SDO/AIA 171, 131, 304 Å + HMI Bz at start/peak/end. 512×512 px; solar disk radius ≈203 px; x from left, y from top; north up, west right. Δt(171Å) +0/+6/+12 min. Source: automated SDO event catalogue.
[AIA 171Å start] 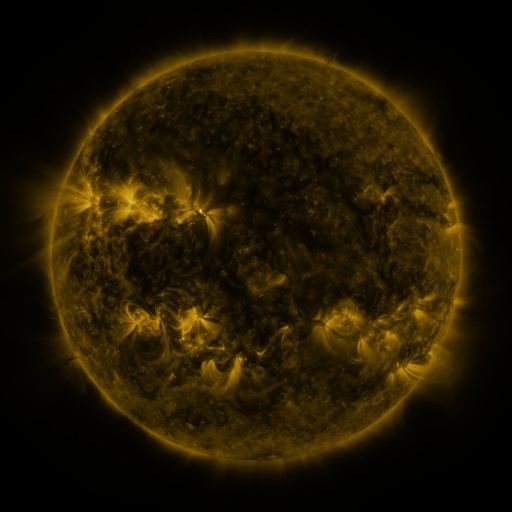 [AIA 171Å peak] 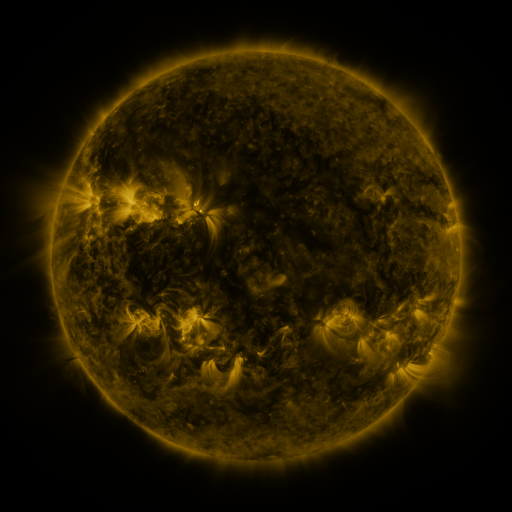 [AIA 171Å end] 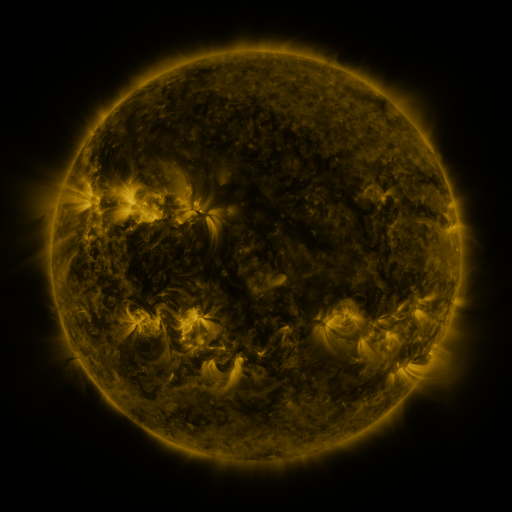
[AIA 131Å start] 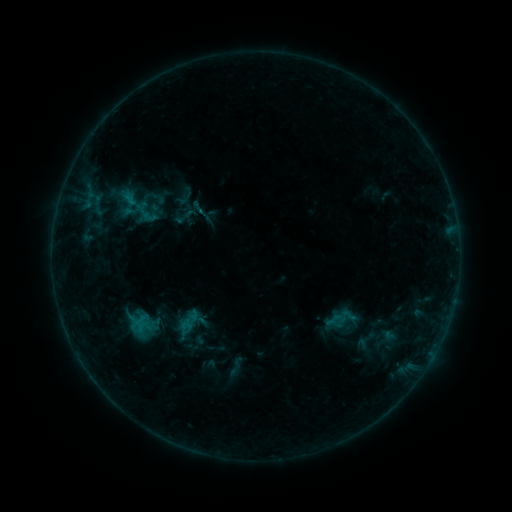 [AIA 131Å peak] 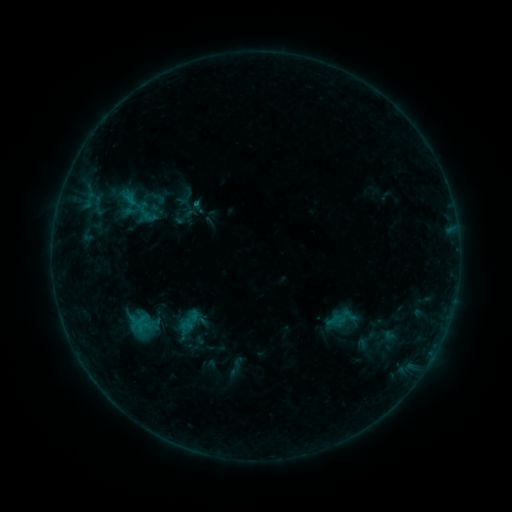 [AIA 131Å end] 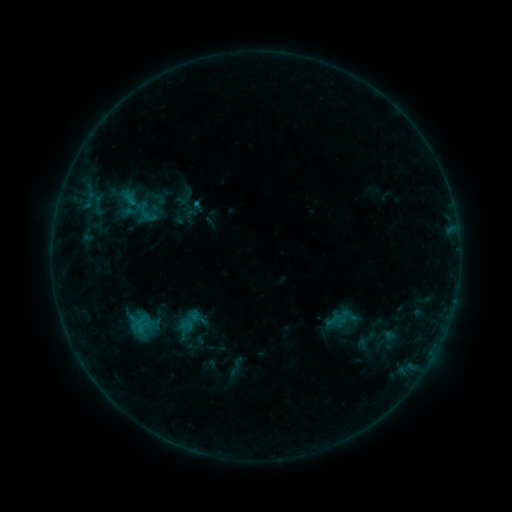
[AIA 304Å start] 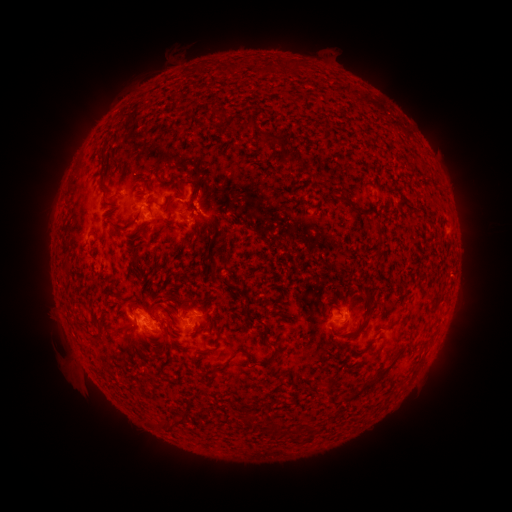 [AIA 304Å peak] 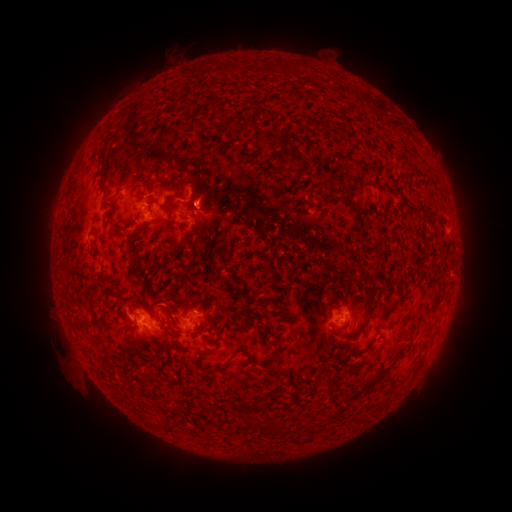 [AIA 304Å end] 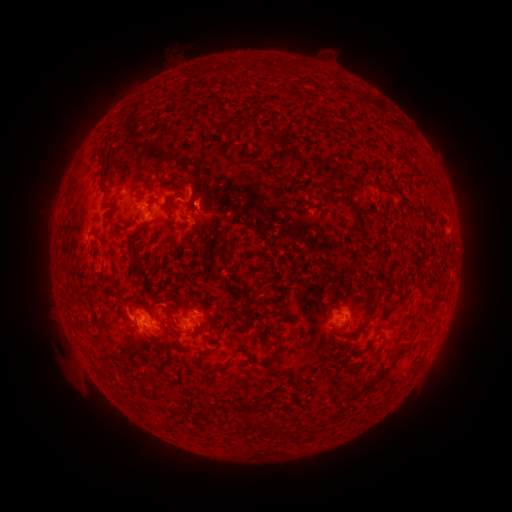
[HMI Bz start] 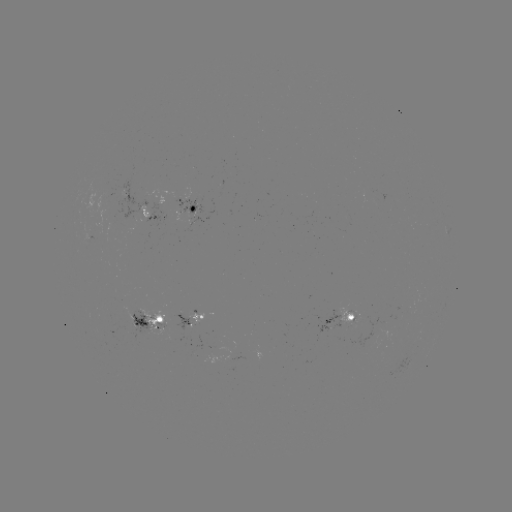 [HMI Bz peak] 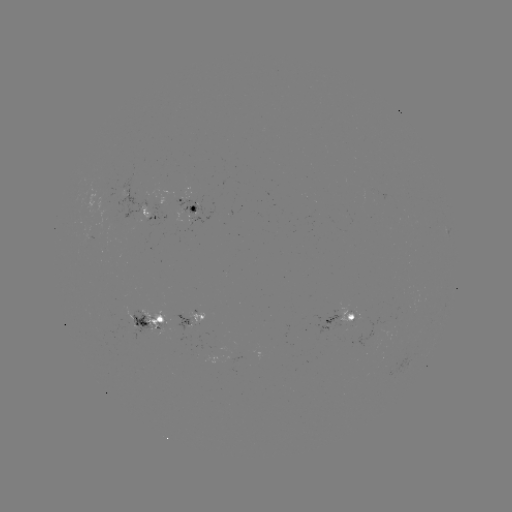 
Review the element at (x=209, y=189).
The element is eruption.